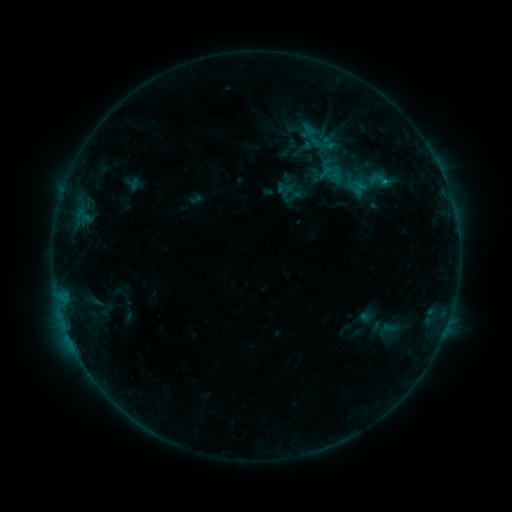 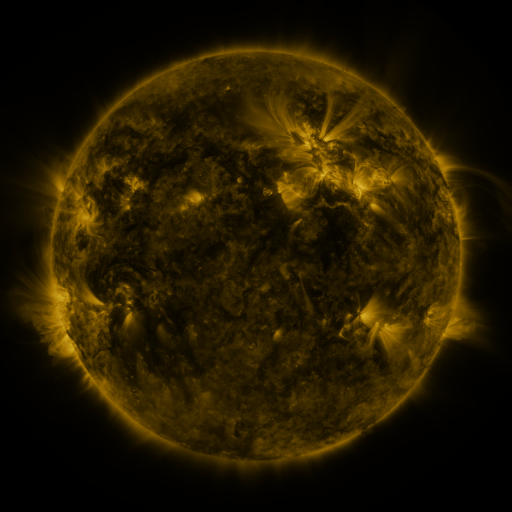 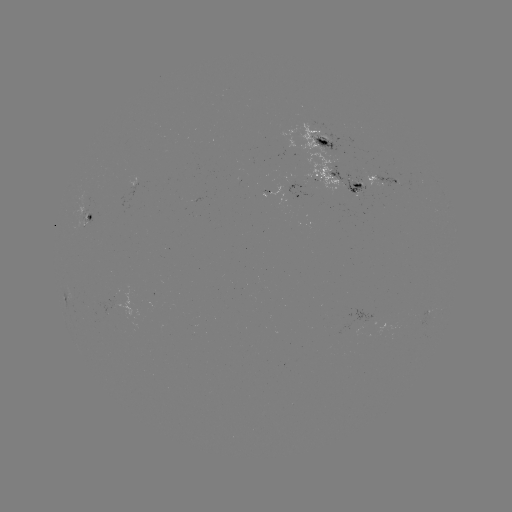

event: sigmoid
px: (380, 180)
